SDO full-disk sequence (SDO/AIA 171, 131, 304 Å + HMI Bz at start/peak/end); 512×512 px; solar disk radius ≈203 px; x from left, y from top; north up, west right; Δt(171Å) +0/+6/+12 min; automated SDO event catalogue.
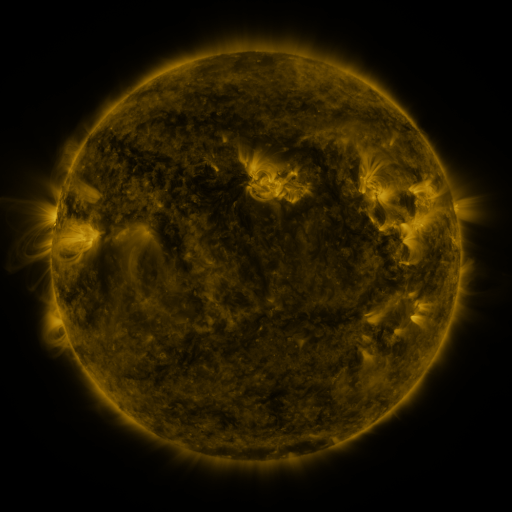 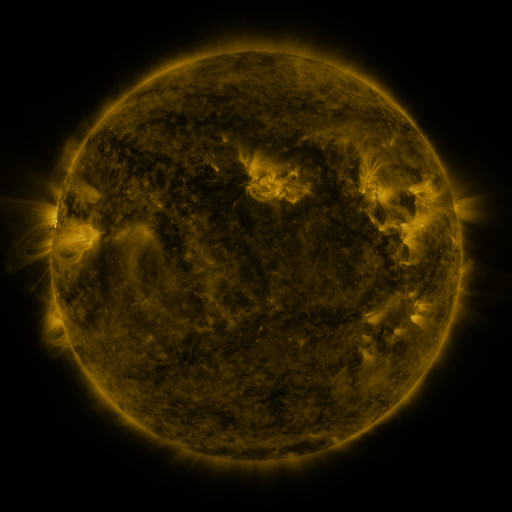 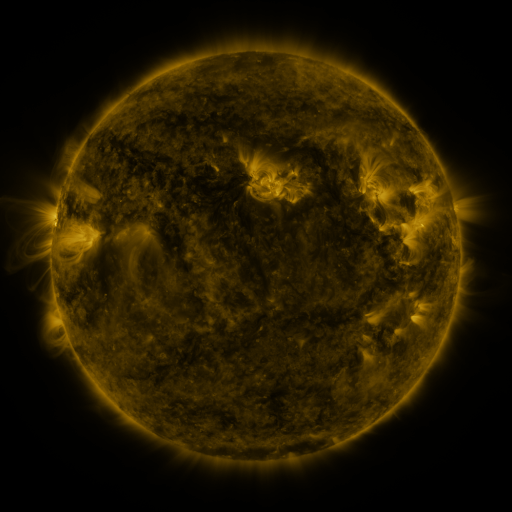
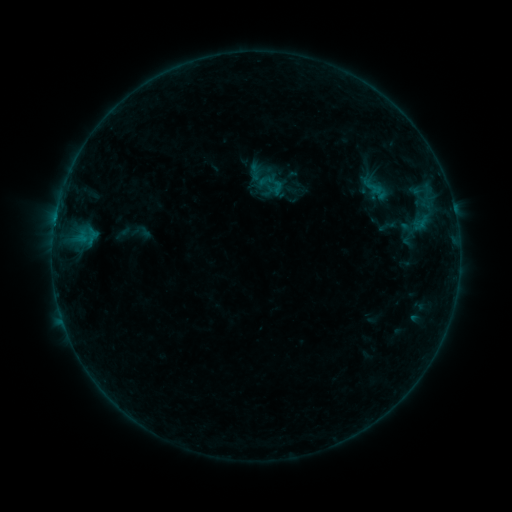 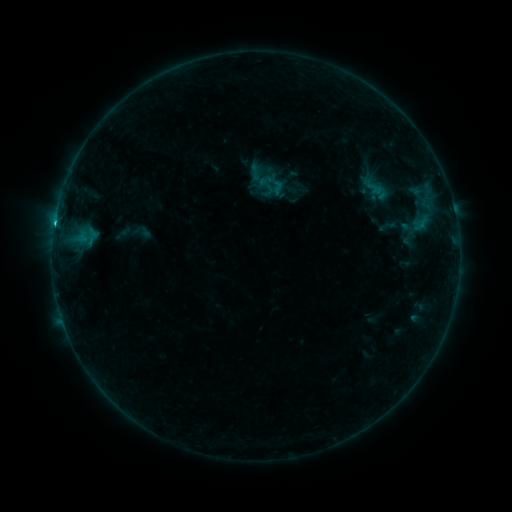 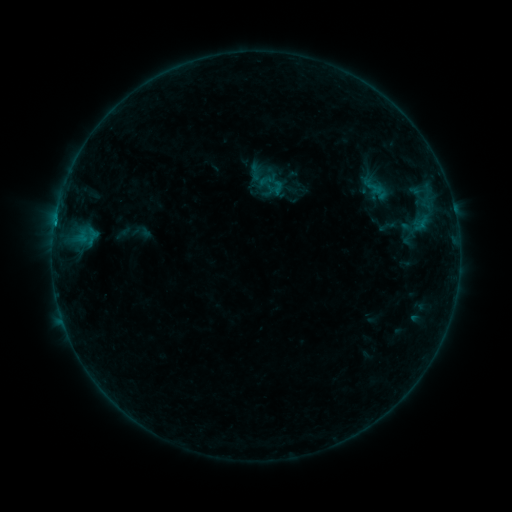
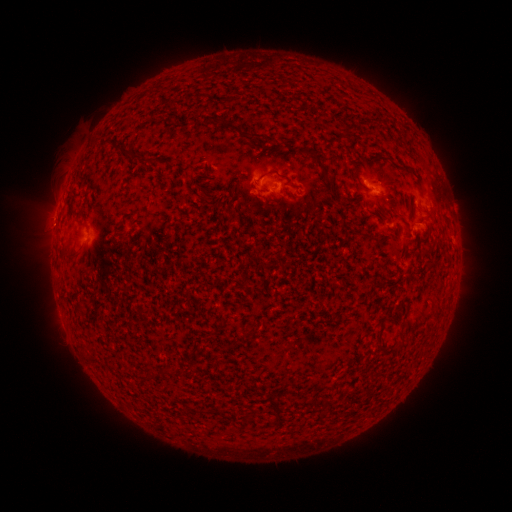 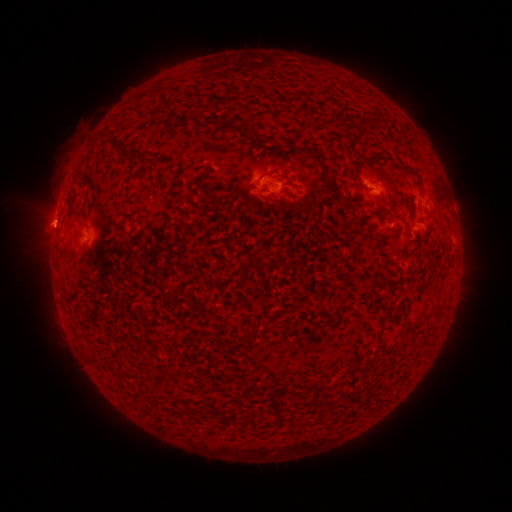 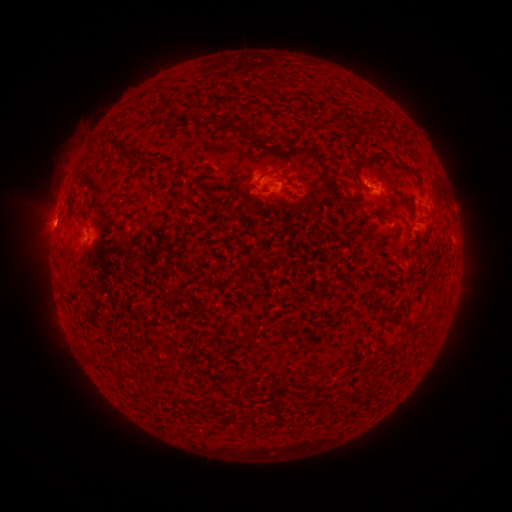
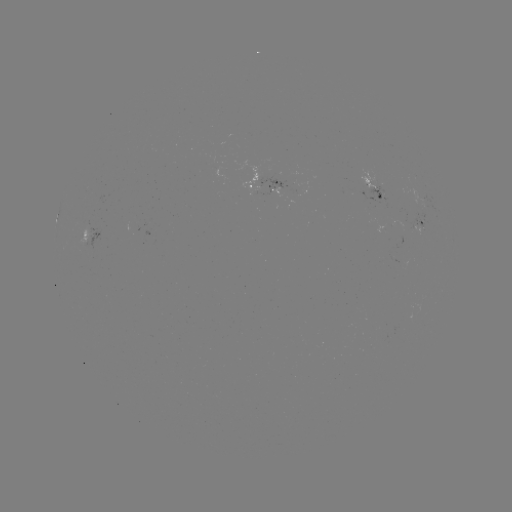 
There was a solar flare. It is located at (55, 224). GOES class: B7.5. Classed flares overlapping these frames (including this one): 1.